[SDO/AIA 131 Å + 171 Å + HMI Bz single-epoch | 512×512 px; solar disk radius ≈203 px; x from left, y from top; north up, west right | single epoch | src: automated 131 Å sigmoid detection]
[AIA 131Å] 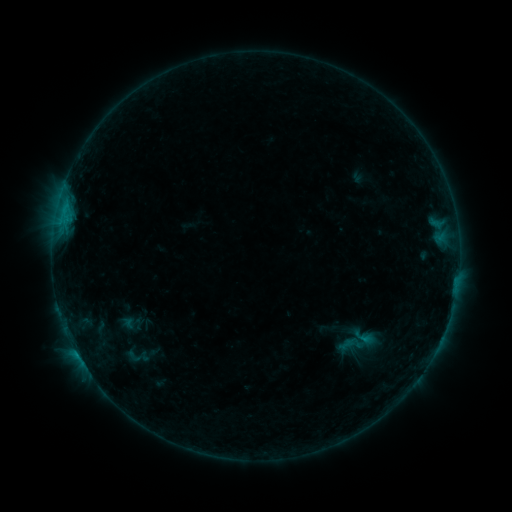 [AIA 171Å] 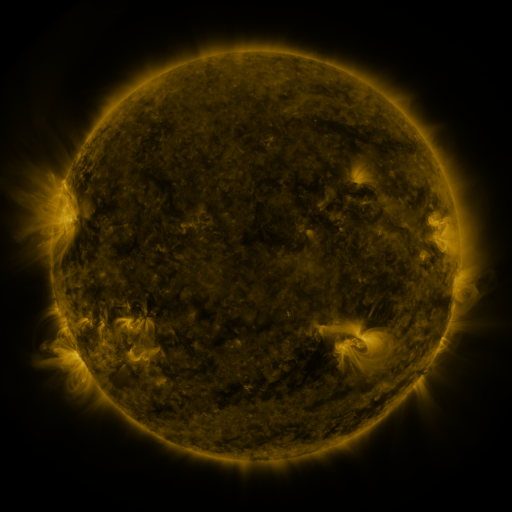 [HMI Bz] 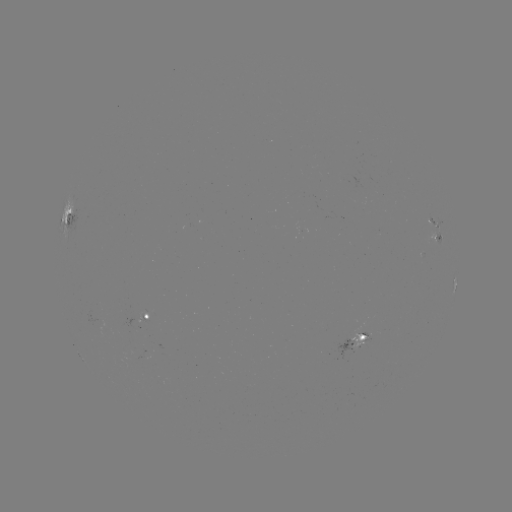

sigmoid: [118, 345, 149, 367]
